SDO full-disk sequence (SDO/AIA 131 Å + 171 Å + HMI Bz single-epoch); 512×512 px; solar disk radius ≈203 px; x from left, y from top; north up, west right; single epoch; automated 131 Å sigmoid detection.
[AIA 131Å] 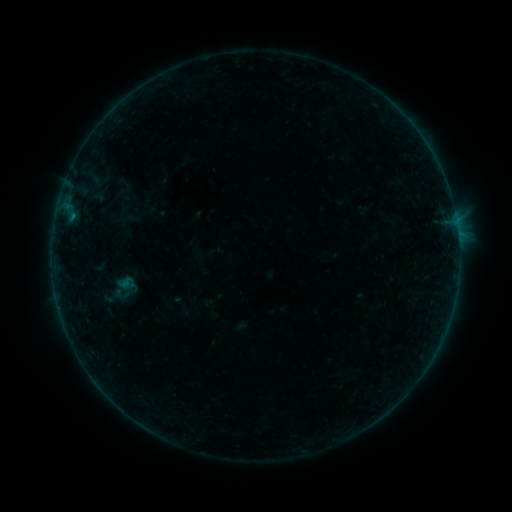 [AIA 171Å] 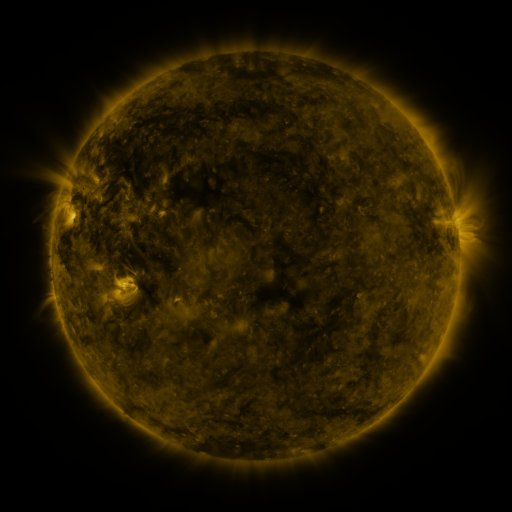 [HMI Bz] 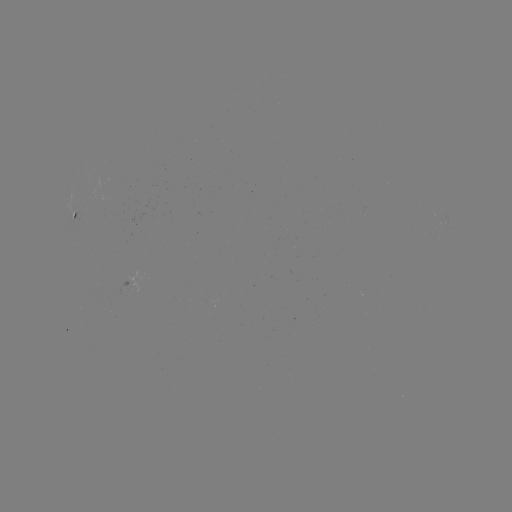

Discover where sigmoid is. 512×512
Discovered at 125,282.